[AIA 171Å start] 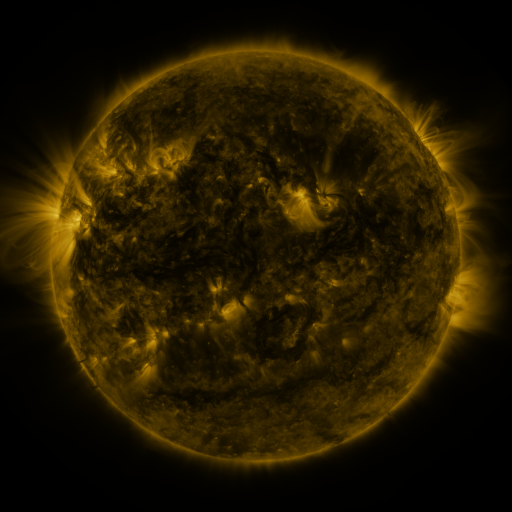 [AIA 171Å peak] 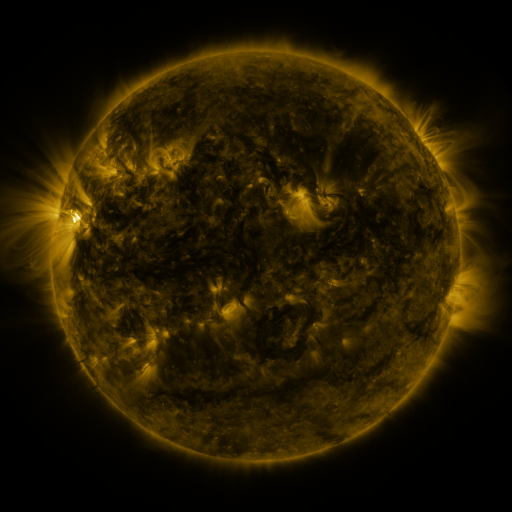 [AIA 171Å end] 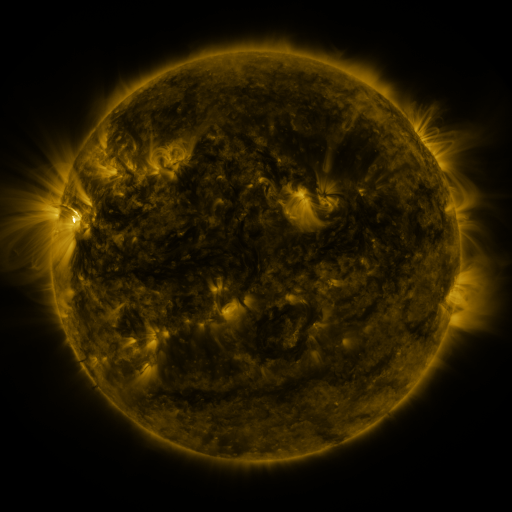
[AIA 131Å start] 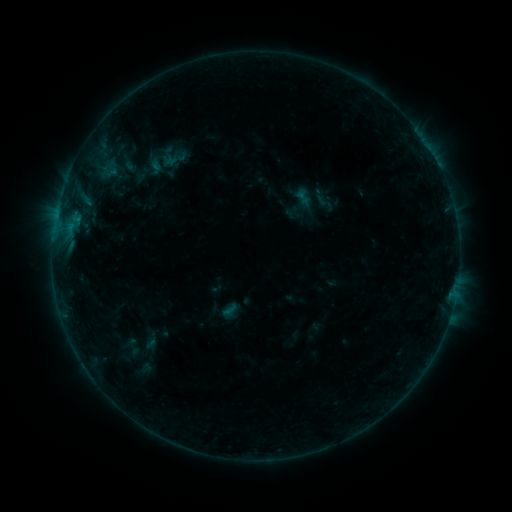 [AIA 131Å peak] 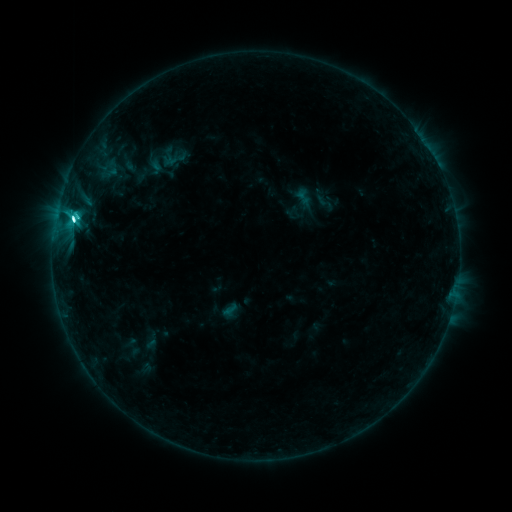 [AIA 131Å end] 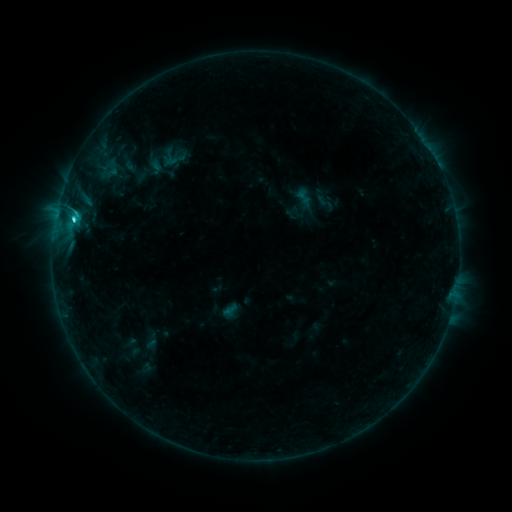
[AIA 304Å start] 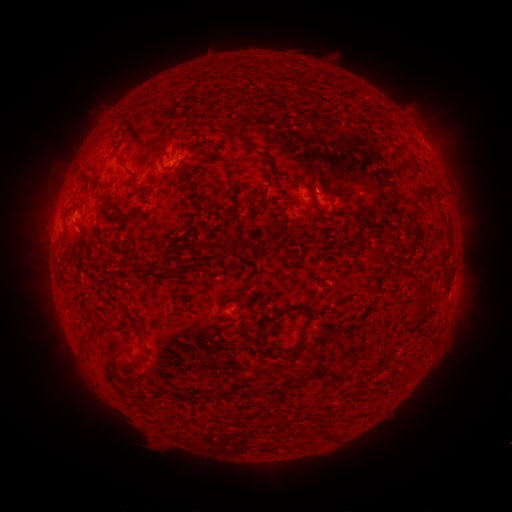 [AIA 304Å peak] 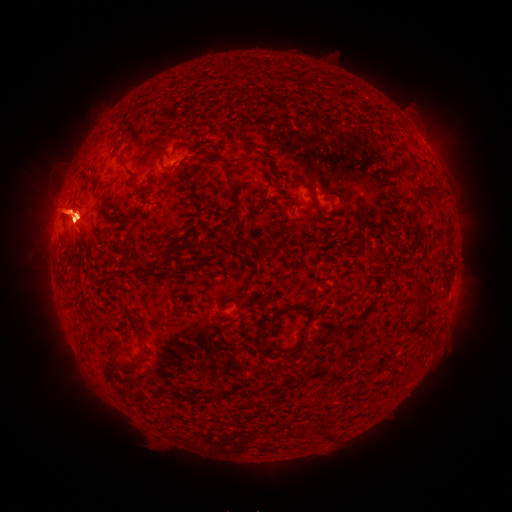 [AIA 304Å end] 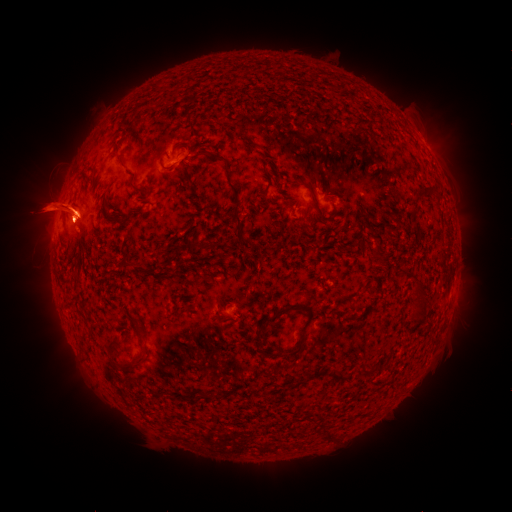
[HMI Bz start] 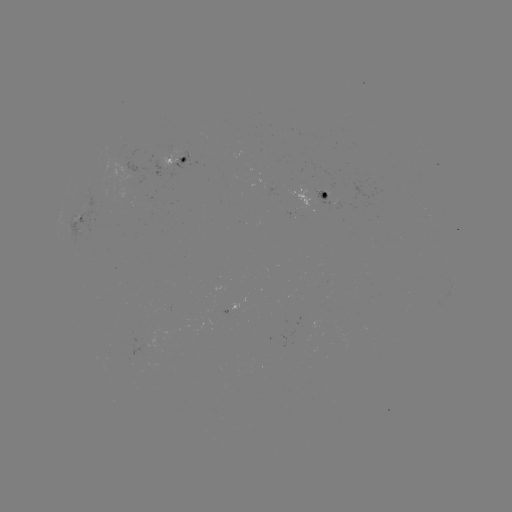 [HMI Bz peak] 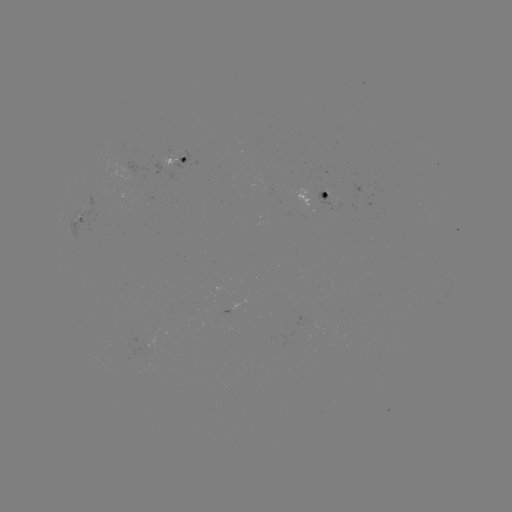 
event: flare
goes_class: C6.3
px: (74, 221)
